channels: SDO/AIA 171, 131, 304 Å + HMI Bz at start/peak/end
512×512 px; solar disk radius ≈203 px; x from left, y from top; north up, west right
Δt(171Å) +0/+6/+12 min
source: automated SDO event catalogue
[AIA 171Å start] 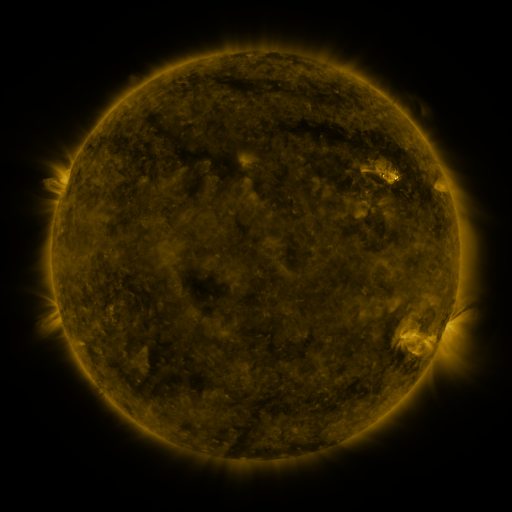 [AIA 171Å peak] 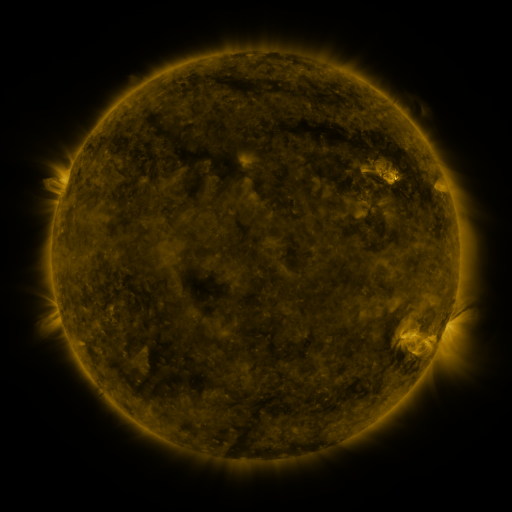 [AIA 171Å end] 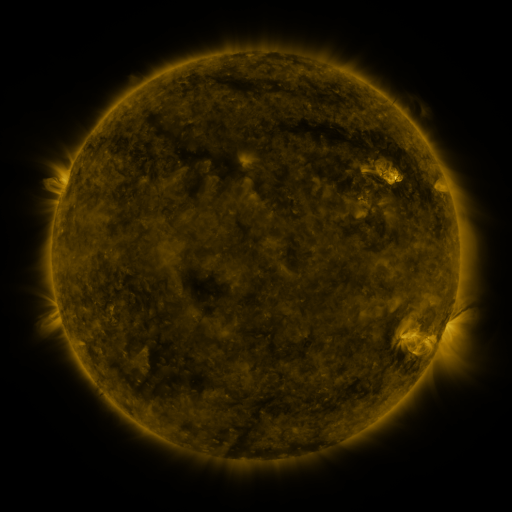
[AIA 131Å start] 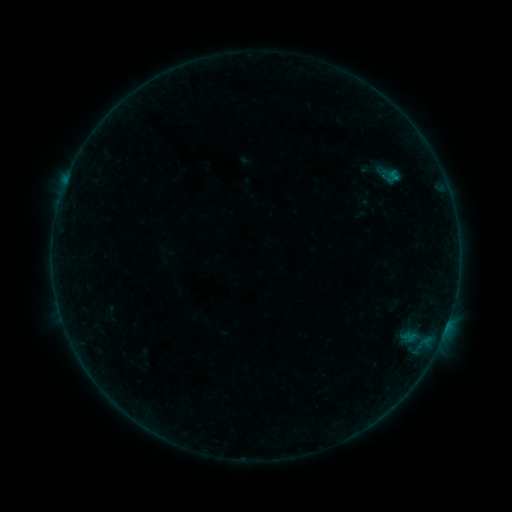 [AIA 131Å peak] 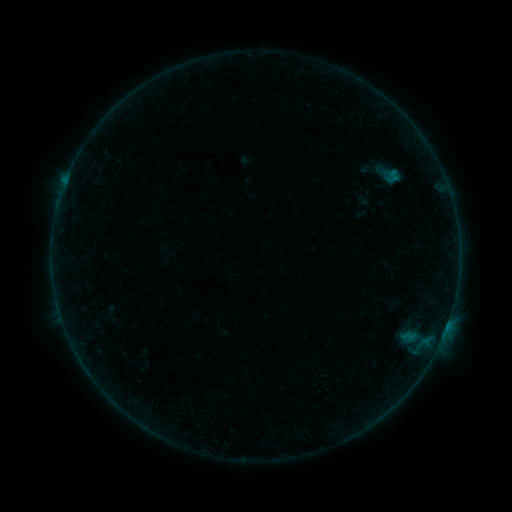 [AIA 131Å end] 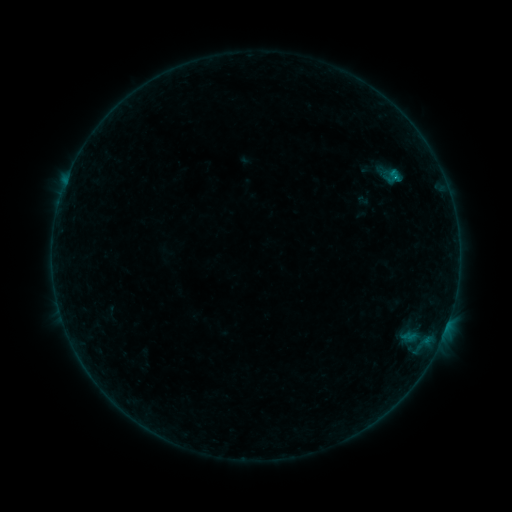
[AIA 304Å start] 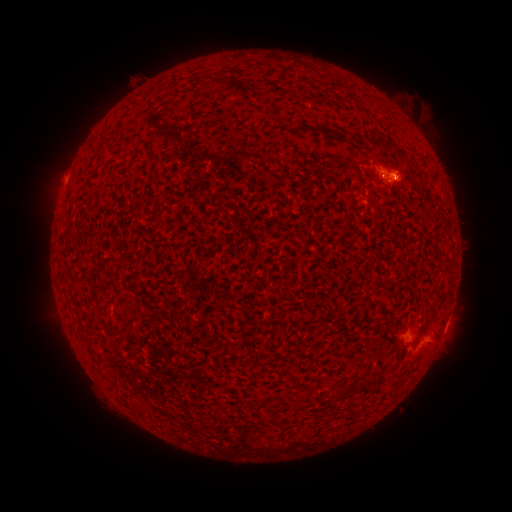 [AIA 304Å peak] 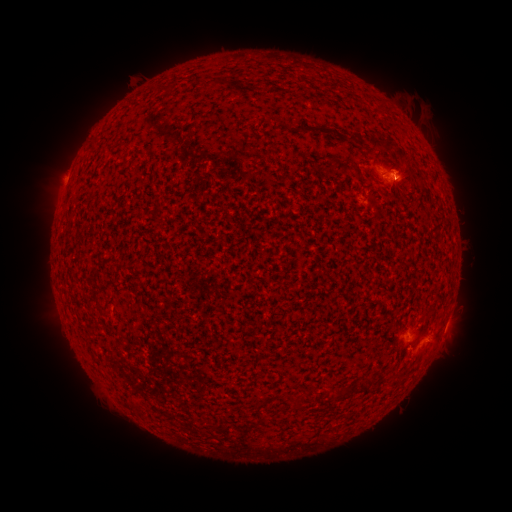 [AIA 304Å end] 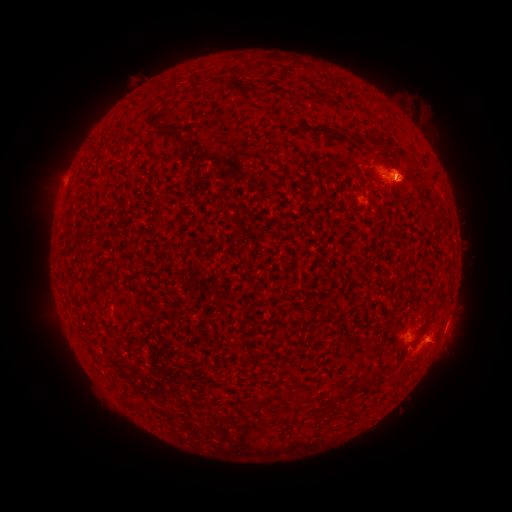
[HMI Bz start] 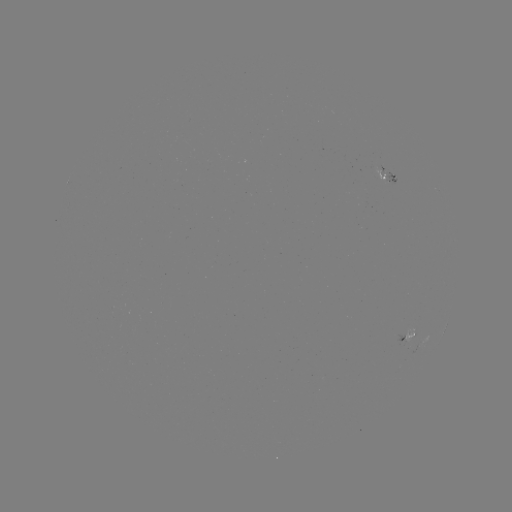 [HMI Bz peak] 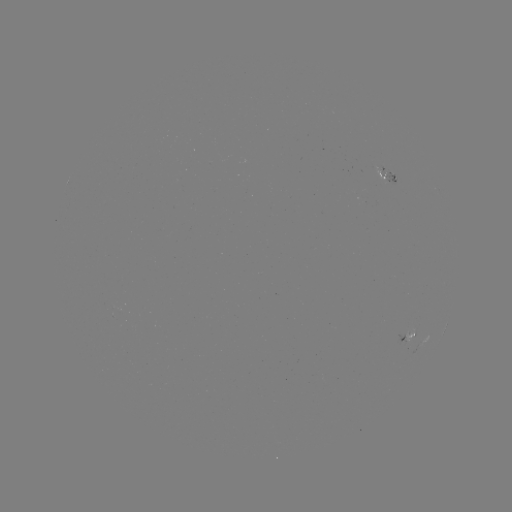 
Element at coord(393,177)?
M2.0 flare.